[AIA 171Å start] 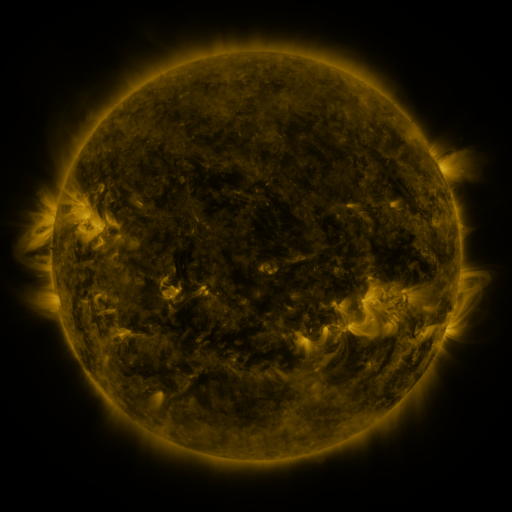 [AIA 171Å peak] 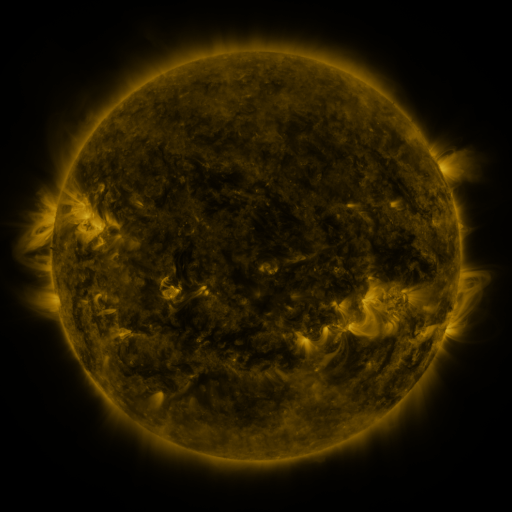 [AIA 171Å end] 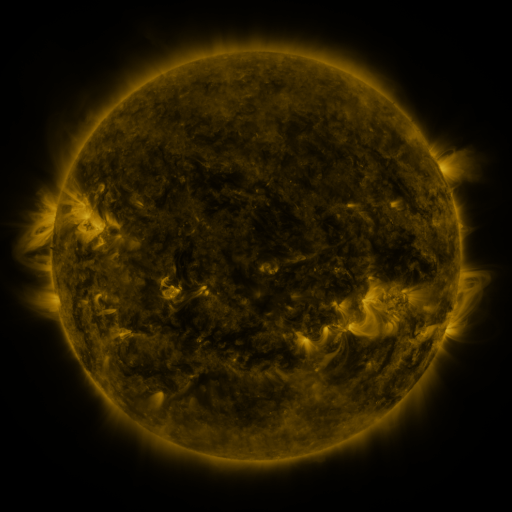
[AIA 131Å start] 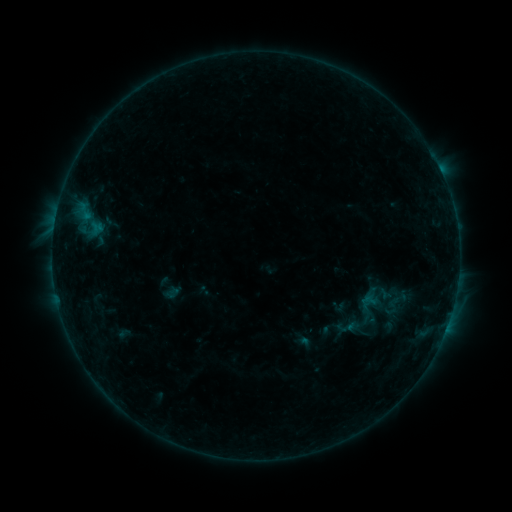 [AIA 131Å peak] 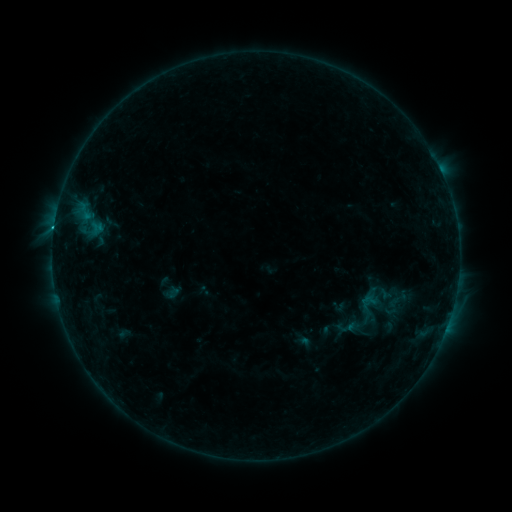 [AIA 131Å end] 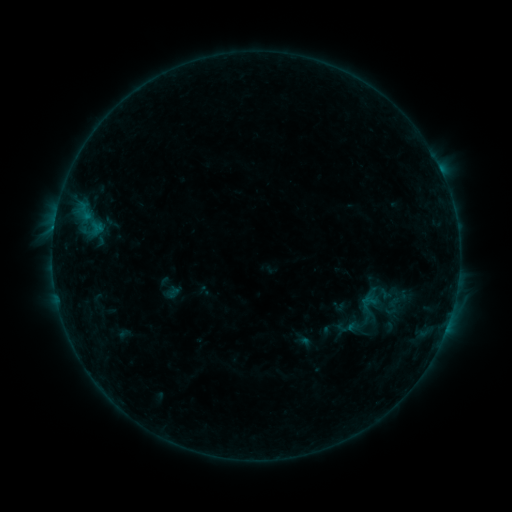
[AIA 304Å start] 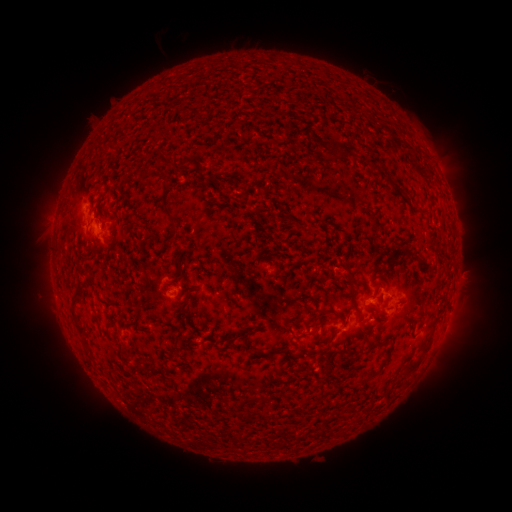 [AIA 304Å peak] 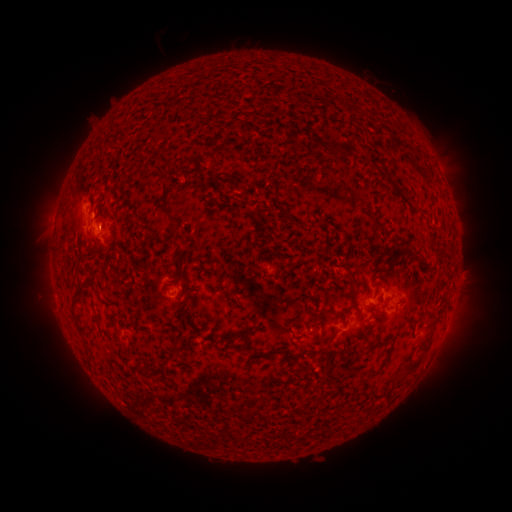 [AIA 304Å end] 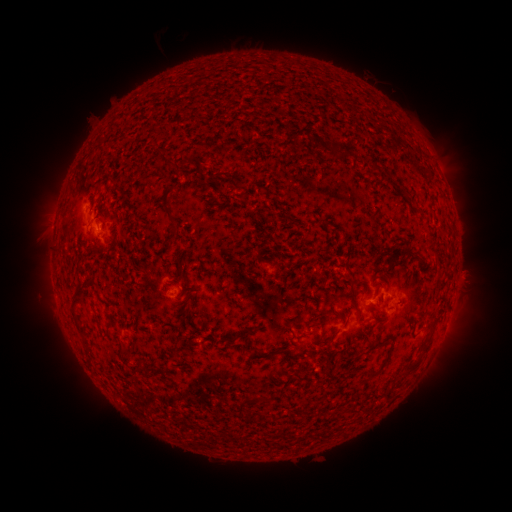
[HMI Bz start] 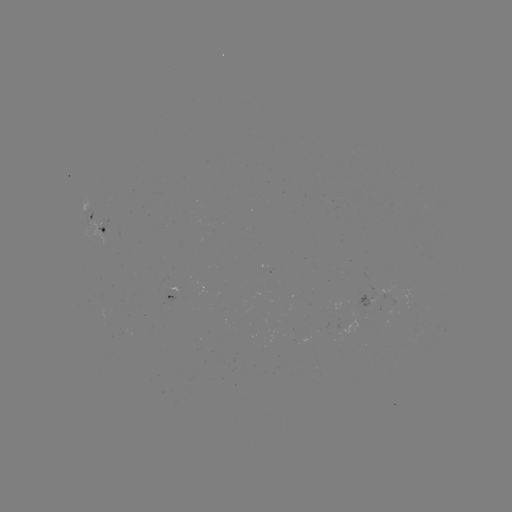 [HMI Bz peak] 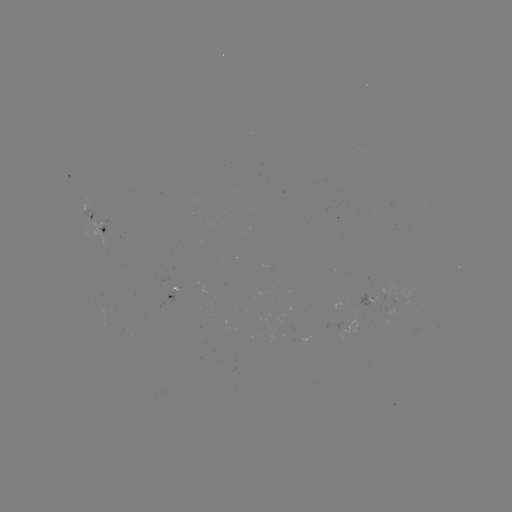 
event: flare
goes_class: B4.3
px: (54, 231)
